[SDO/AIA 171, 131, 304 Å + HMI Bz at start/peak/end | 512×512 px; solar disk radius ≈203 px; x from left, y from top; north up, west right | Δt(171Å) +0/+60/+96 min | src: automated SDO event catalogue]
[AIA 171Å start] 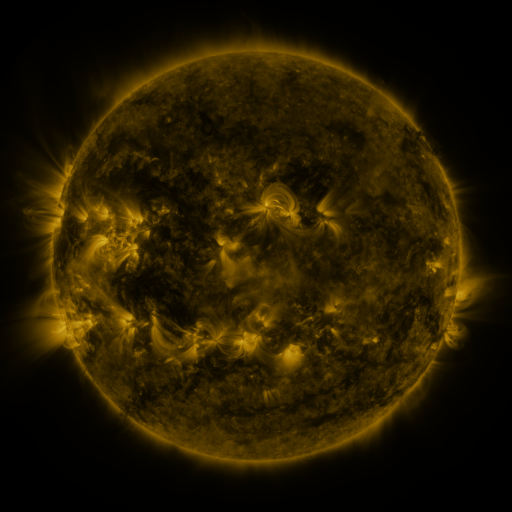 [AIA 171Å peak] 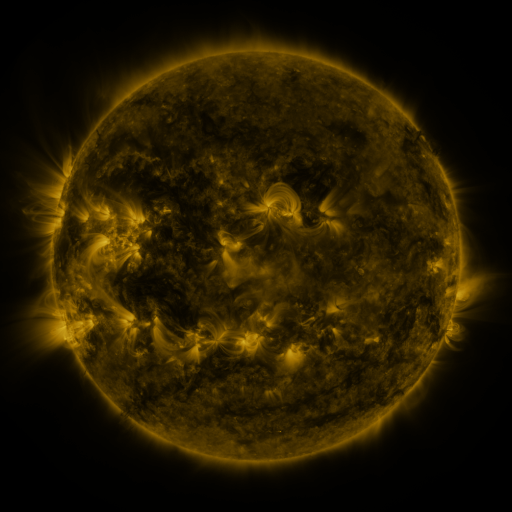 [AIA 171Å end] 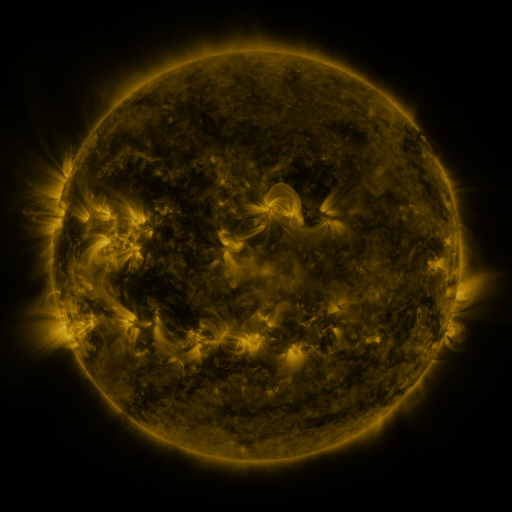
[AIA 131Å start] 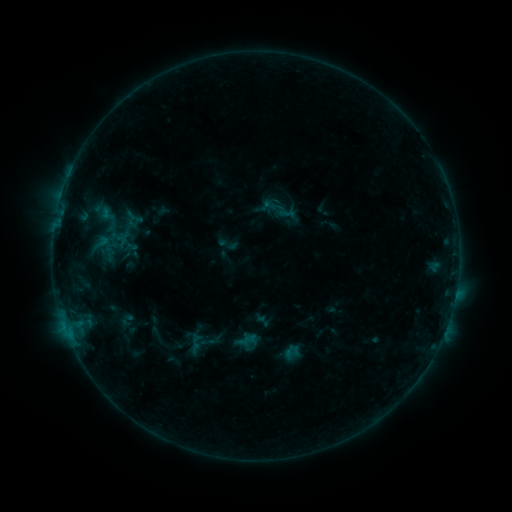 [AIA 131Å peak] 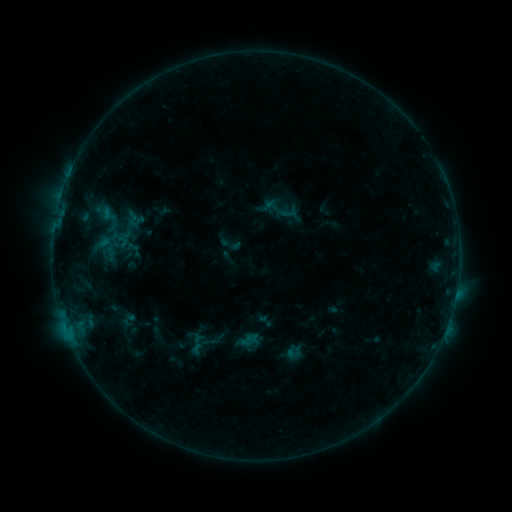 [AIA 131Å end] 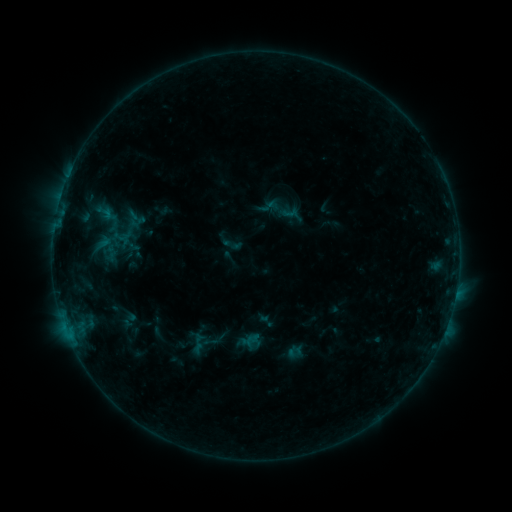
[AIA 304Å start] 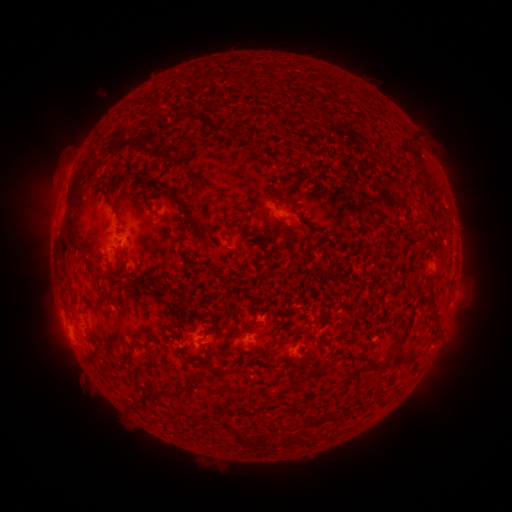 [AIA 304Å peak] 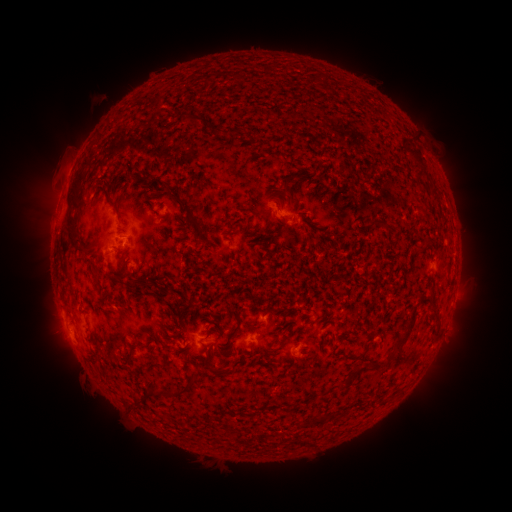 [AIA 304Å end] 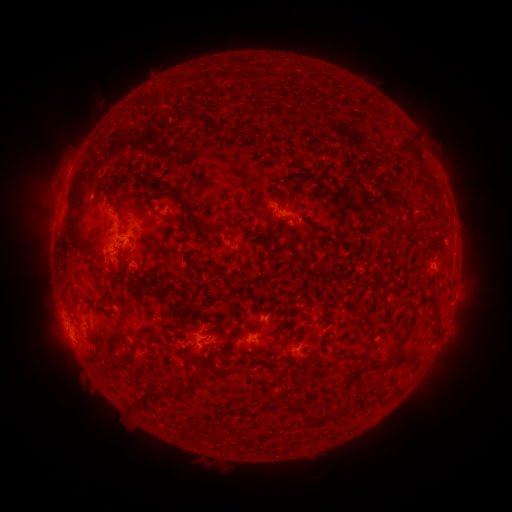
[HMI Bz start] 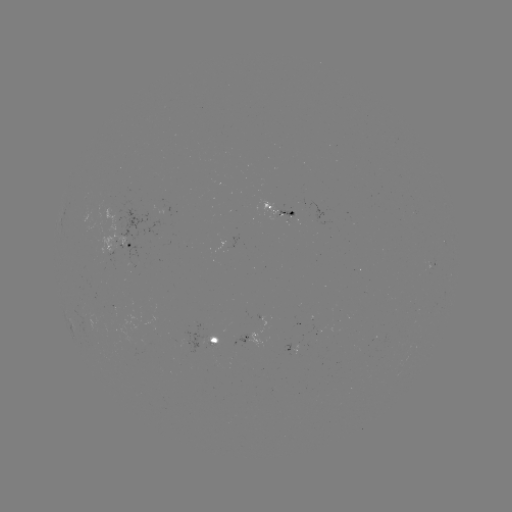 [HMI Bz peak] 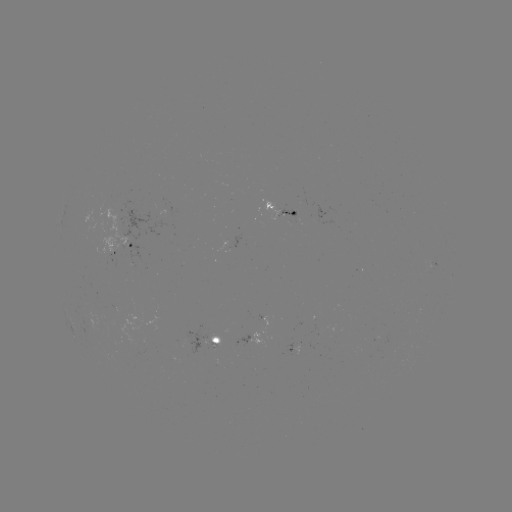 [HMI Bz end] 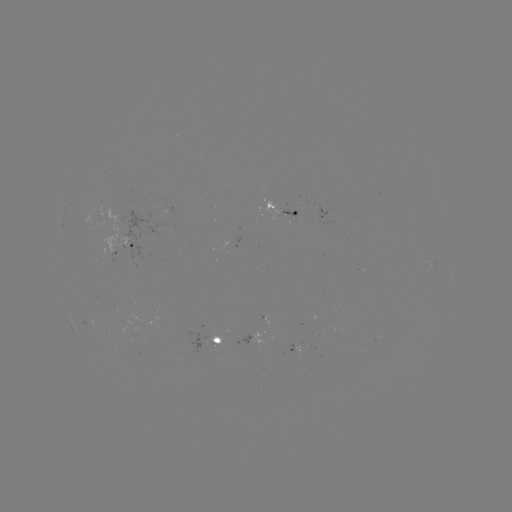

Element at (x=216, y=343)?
emerging-flux region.